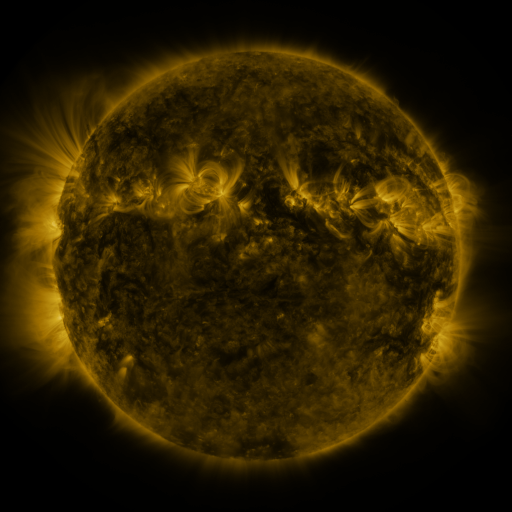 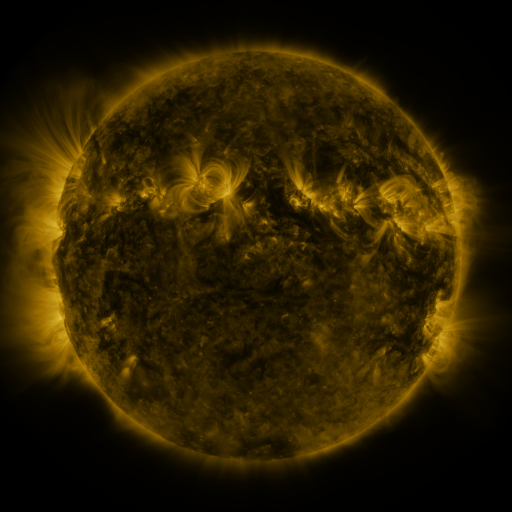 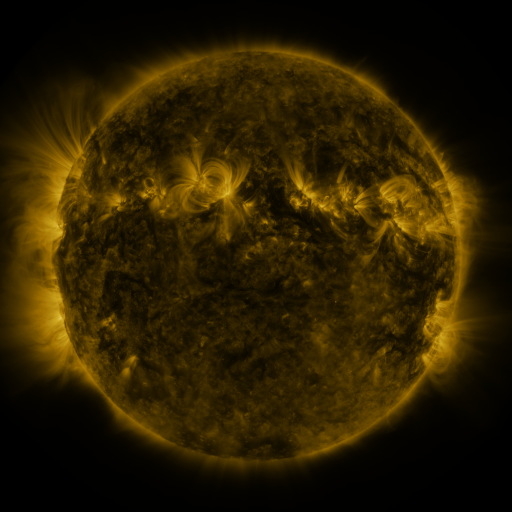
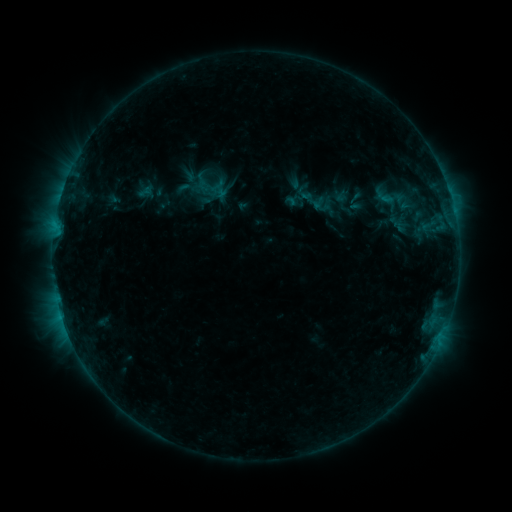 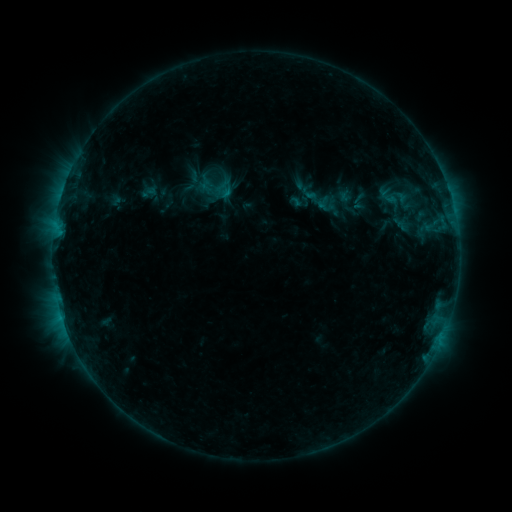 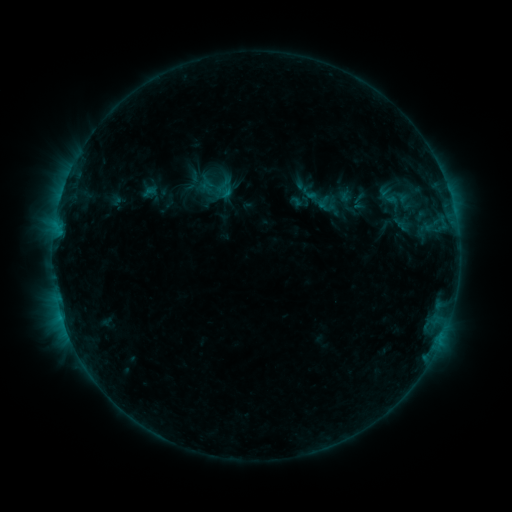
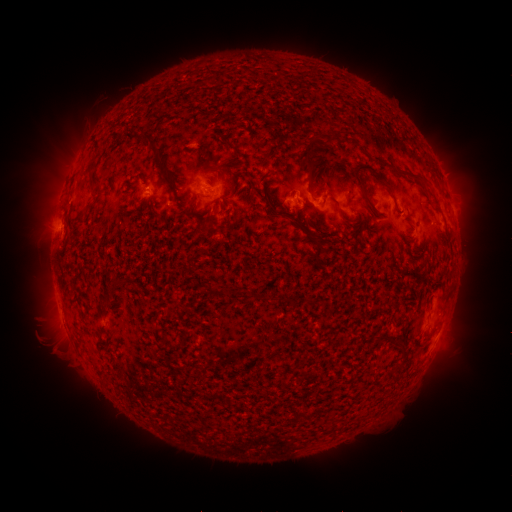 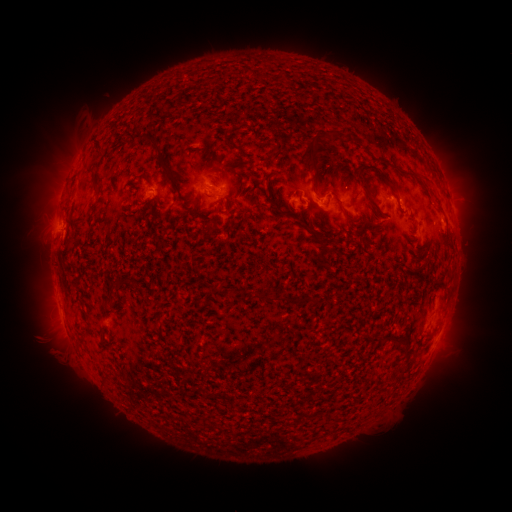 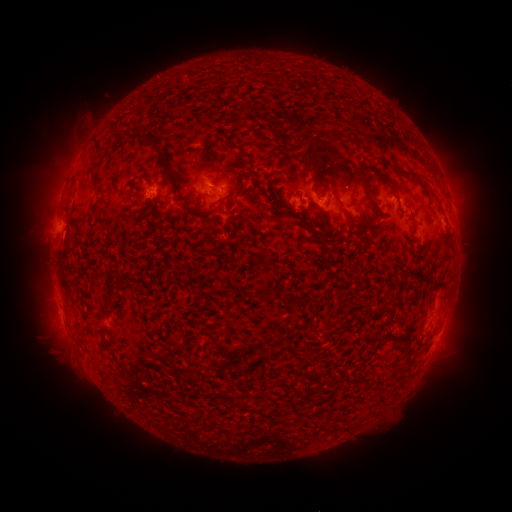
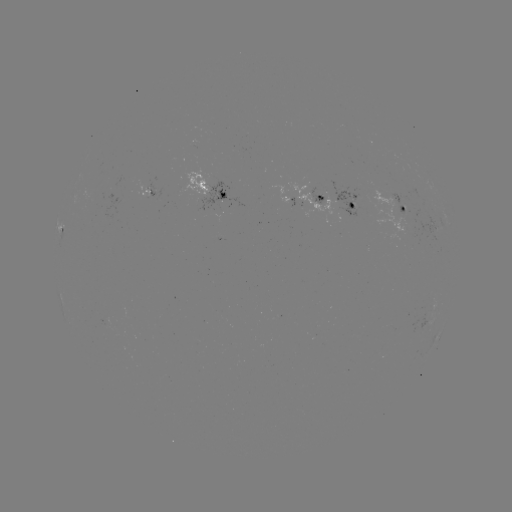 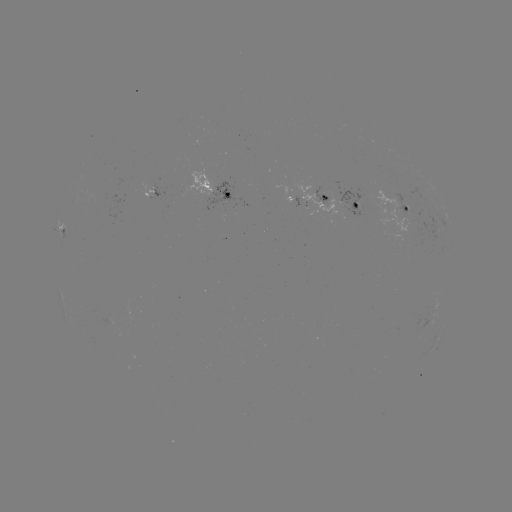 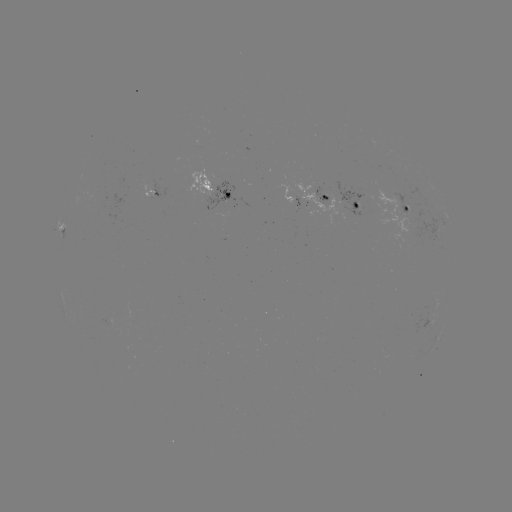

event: emerging-flux region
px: (398, 198)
